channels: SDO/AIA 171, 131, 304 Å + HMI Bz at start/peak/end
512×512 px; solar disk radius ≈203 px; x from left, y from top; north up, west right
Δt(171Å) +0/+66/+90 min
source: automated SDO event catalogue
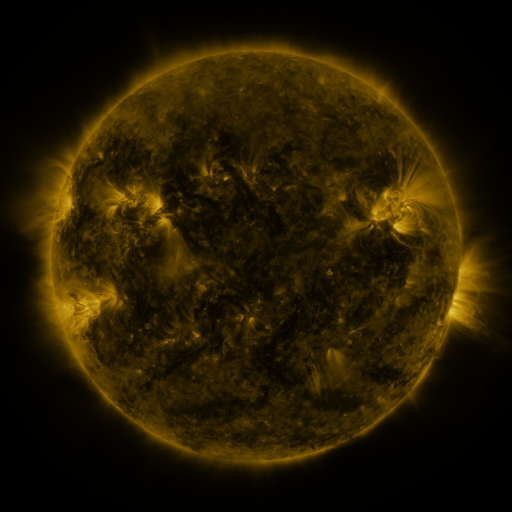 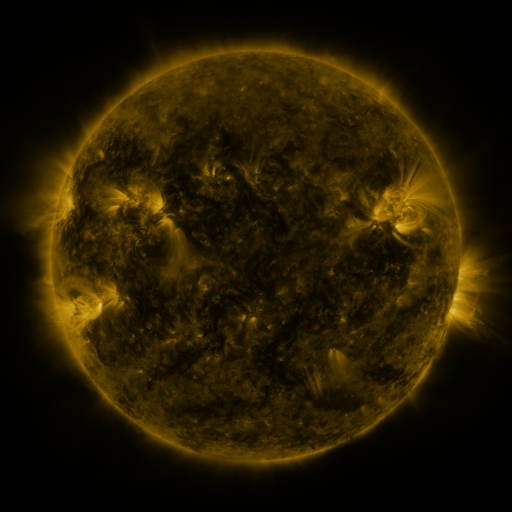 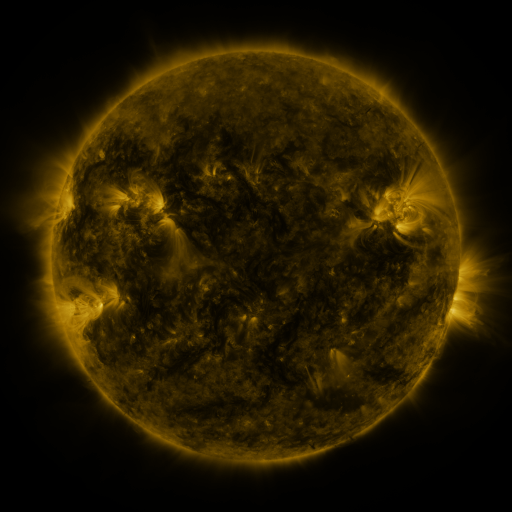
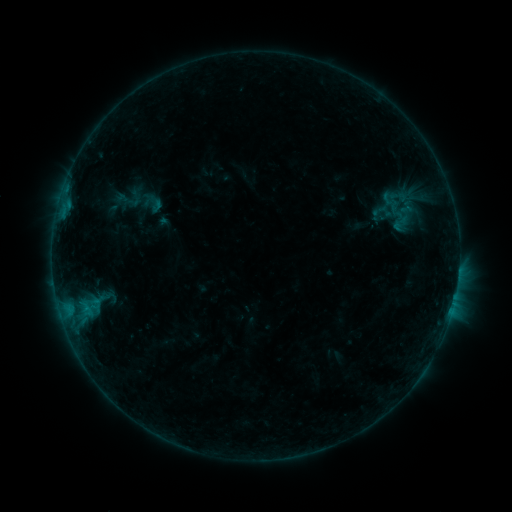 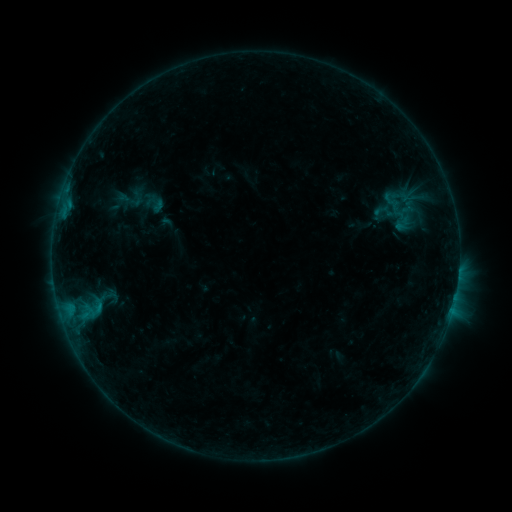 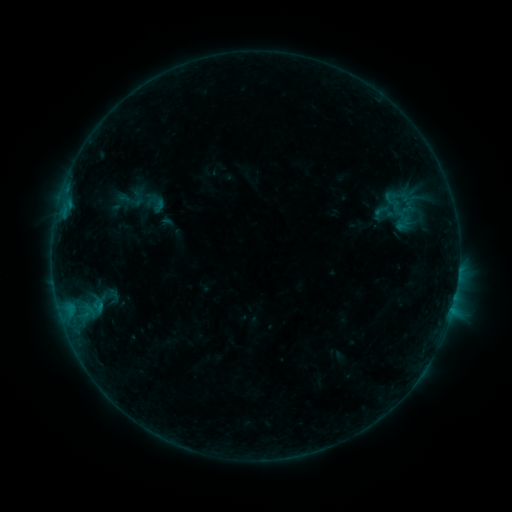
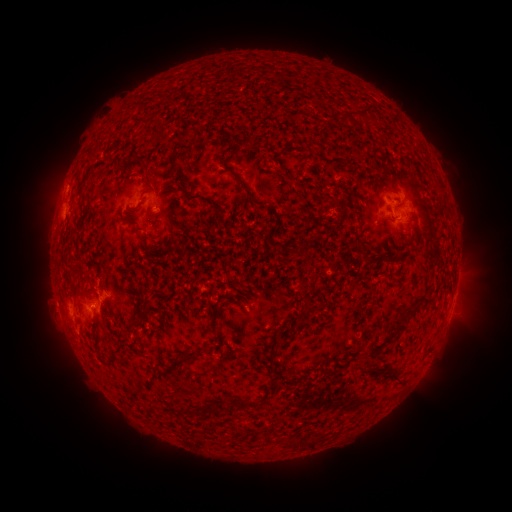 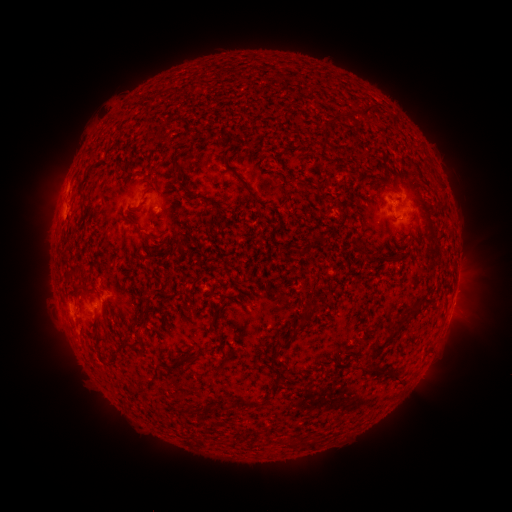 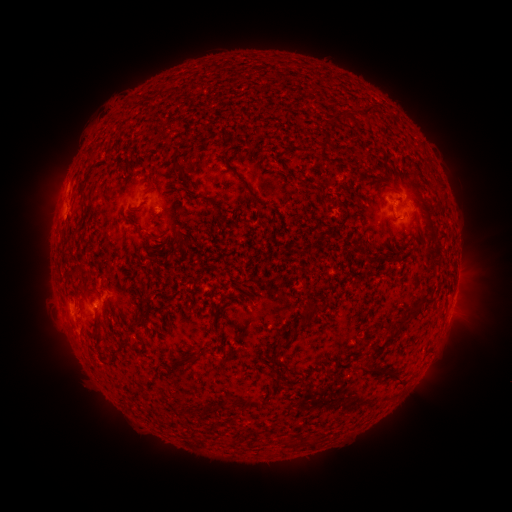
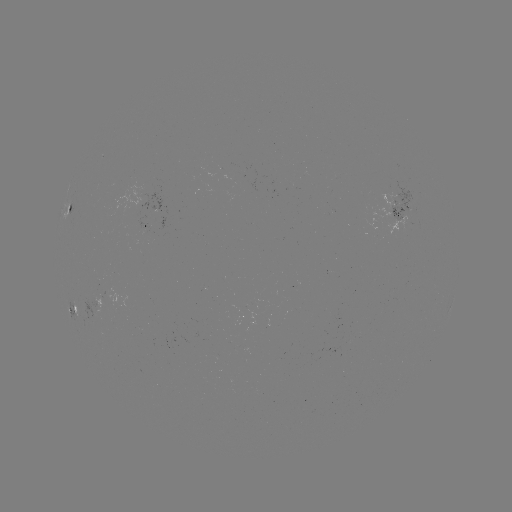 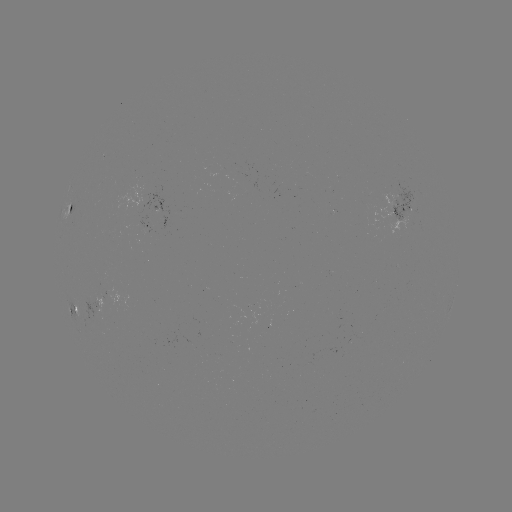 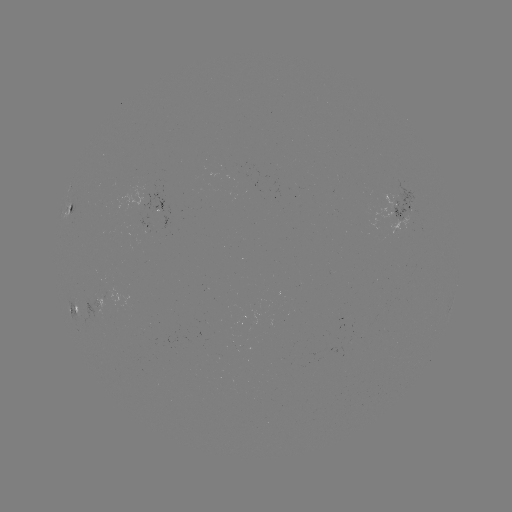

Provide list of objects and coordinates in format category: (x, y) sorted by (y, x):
emerging-flux region: (406, 207)
